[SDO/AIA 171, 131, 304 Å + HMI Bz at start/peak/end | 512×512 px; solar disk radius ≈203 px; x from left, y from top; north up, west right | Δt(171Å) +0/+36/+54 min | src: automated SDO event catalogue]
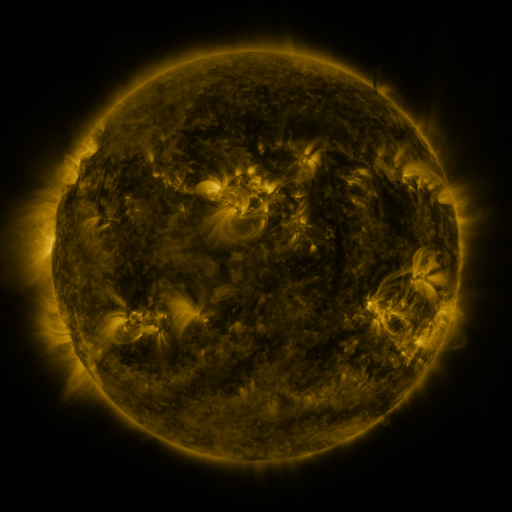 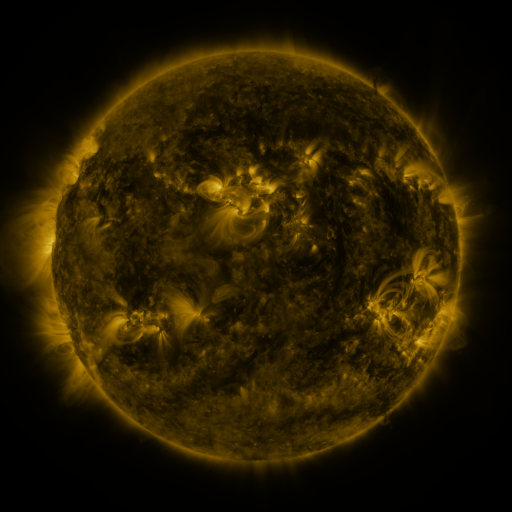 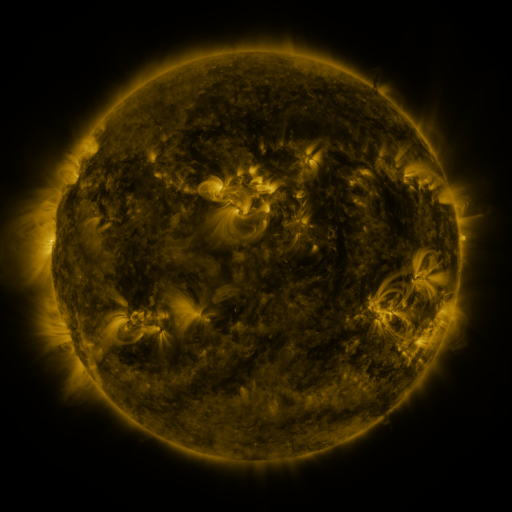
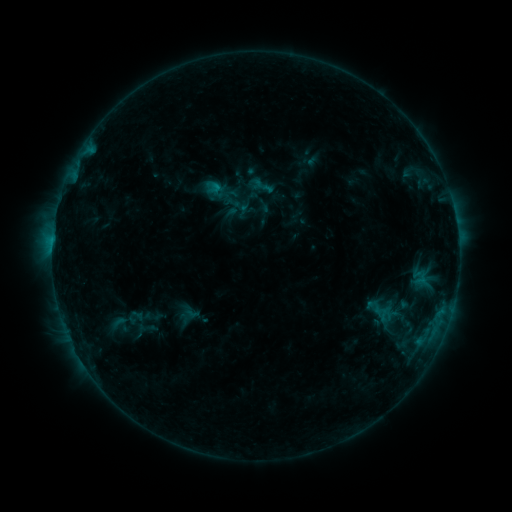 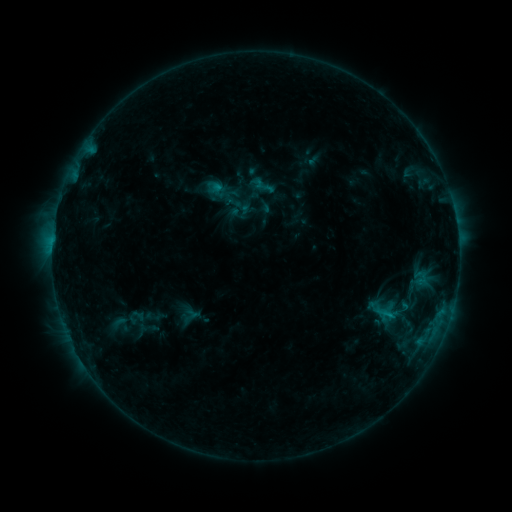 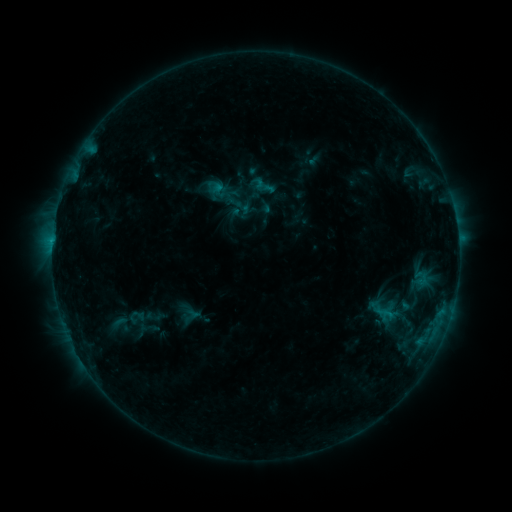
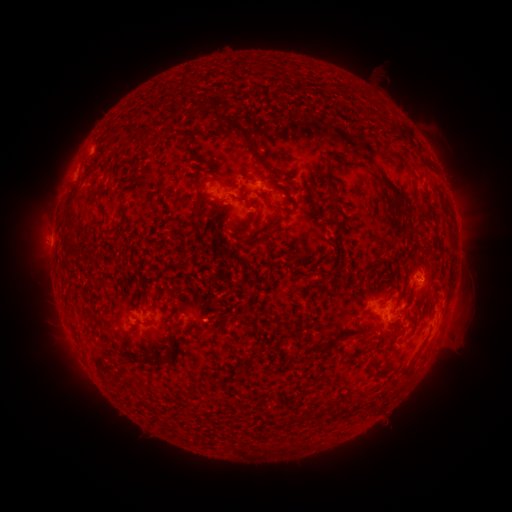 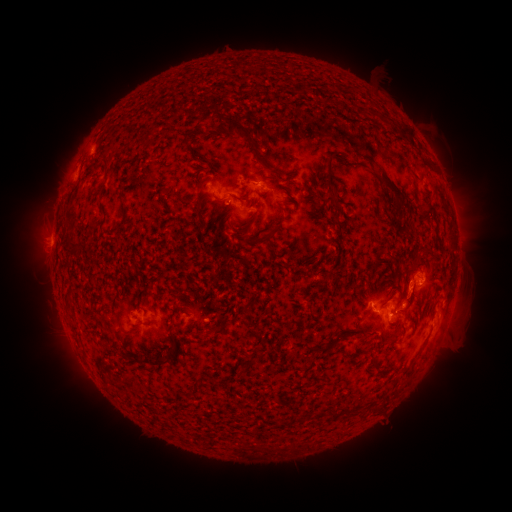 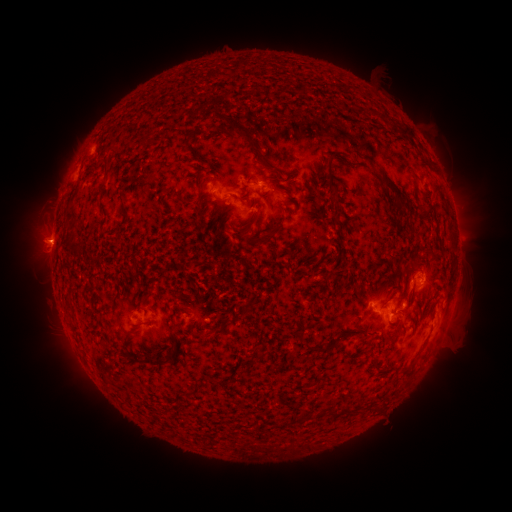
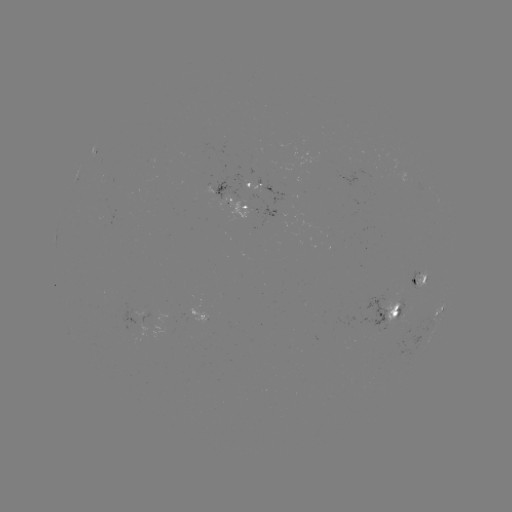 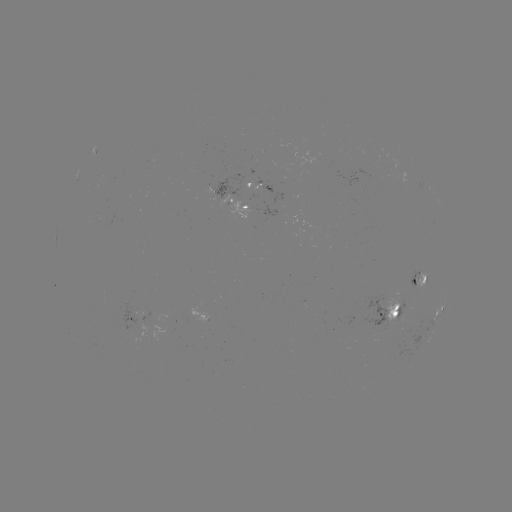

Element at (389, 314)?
C1.0 flare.